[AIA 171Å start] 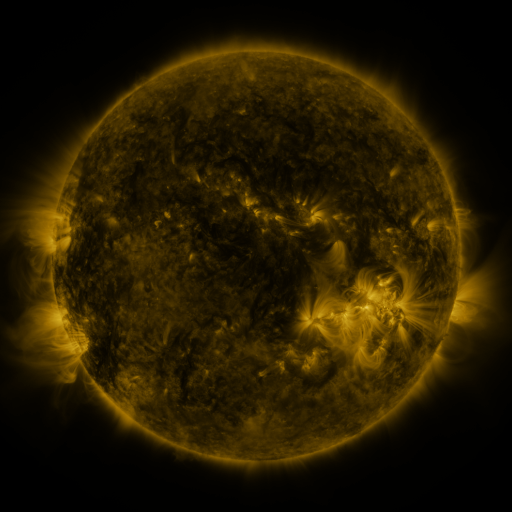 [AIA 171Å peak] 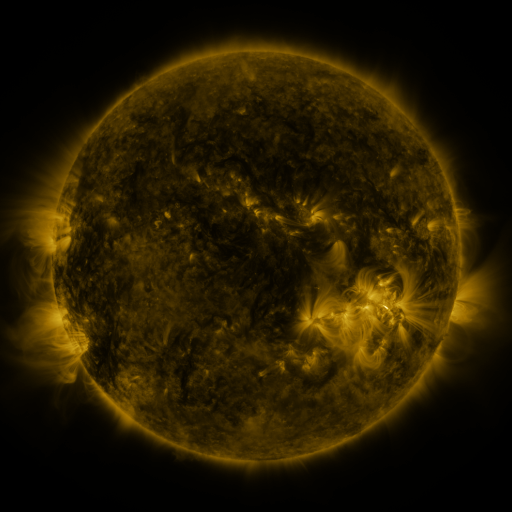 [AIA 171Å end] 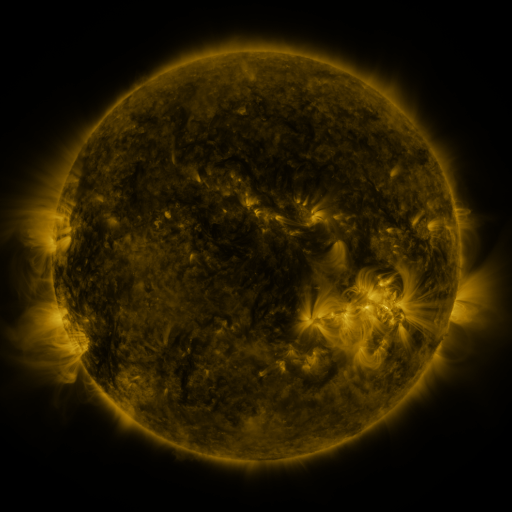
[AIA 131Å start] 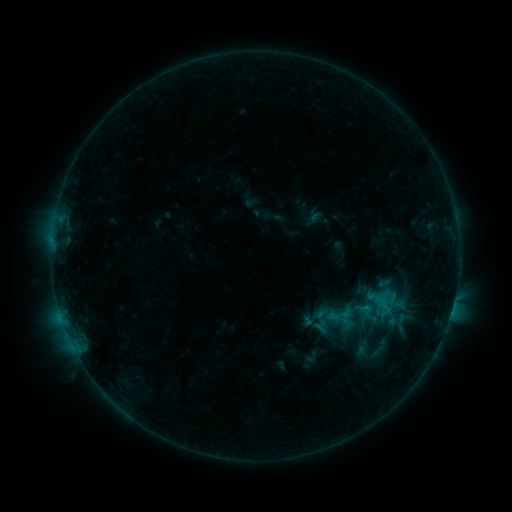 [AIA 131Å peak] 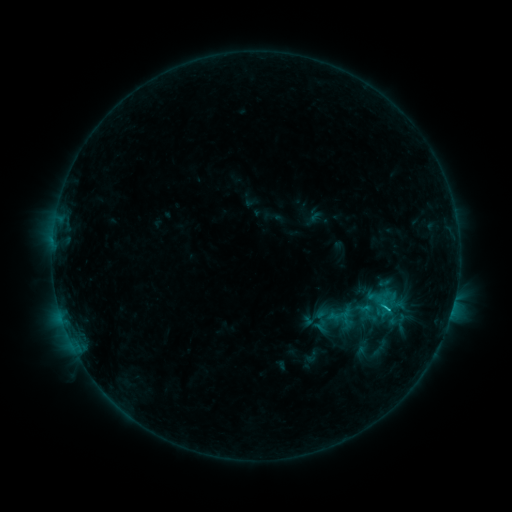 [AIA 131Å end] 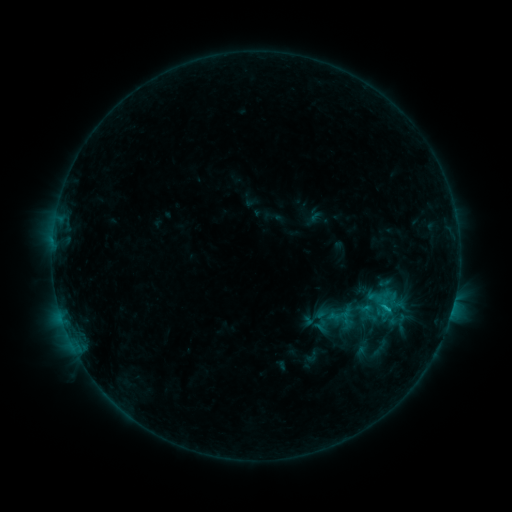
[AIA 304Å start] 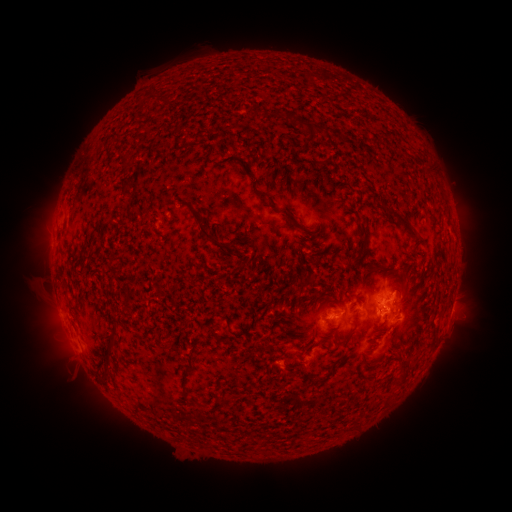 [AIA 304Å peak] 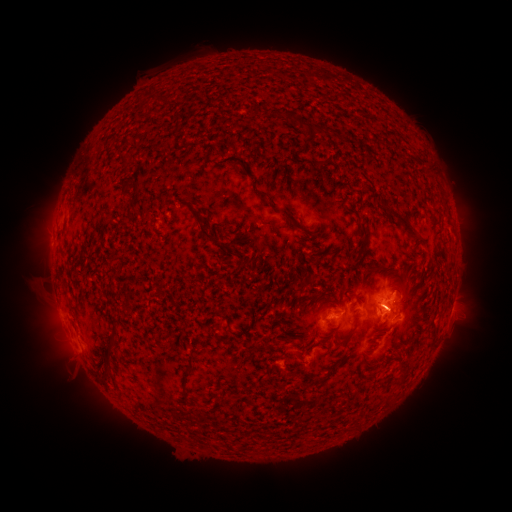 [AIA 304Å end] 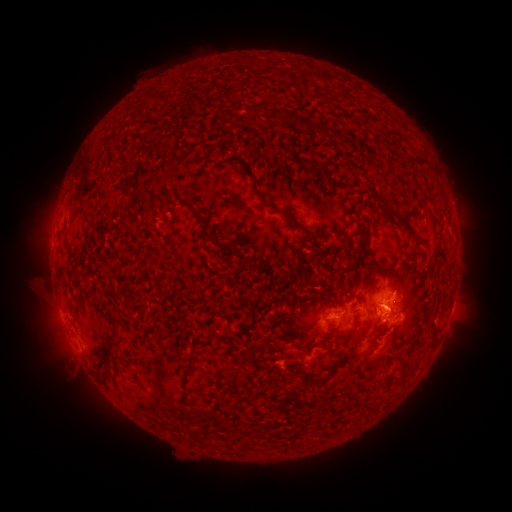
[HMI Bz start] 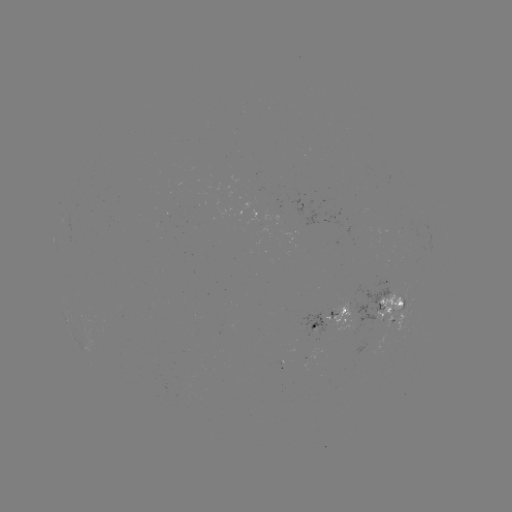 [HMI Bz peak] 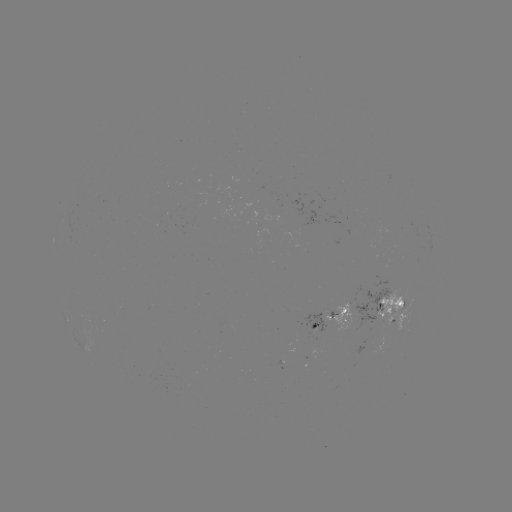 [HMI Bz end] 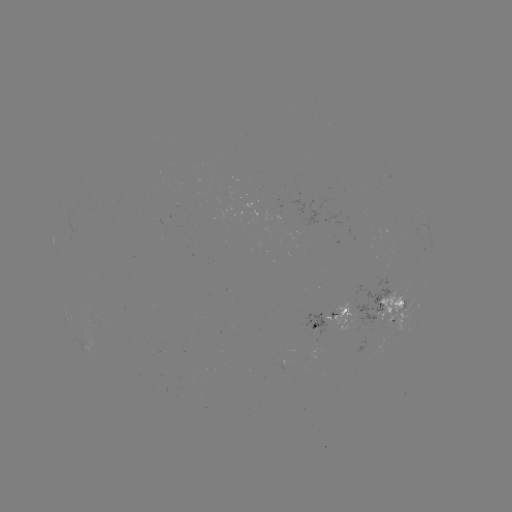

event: flare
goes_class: B8.1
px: (386, 308)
